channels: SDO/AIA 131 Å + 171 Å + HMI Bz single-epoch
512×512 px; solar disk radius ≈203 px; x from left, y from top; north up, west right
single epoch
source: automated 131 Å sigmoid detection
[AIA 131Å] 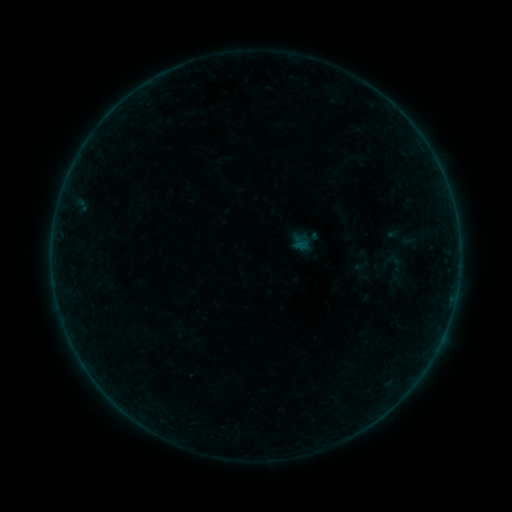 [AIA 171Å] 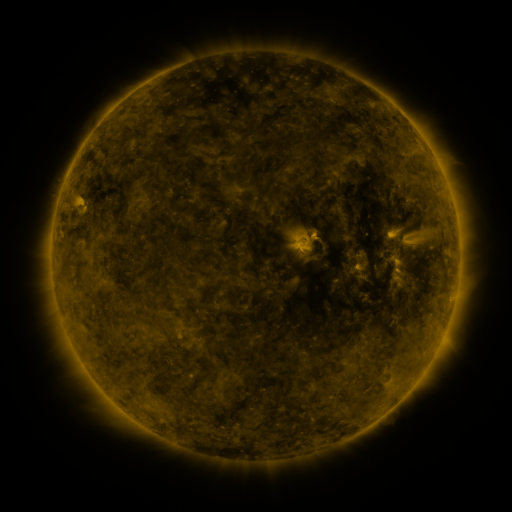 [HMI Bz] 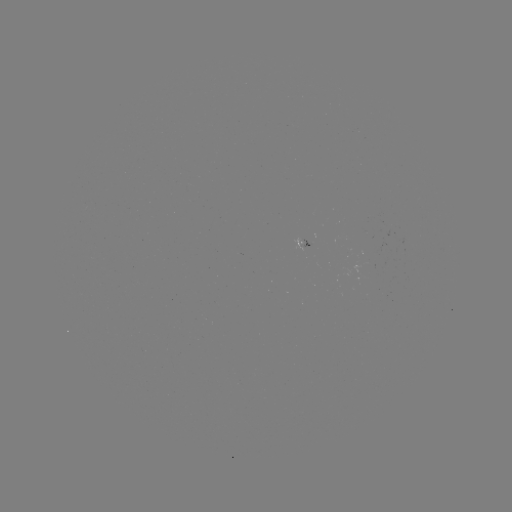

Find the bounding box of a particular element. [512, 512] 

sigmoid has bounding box [378, 252, 414, 287].